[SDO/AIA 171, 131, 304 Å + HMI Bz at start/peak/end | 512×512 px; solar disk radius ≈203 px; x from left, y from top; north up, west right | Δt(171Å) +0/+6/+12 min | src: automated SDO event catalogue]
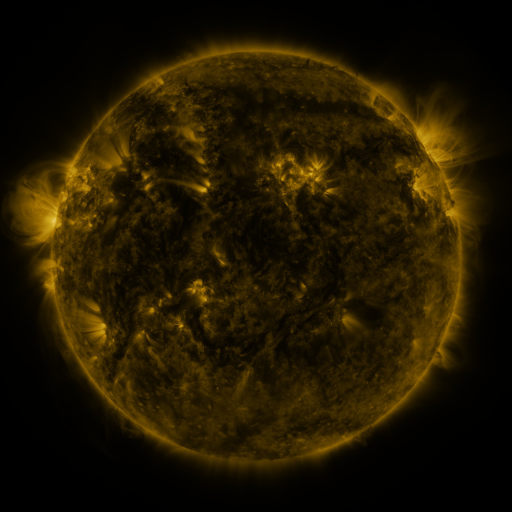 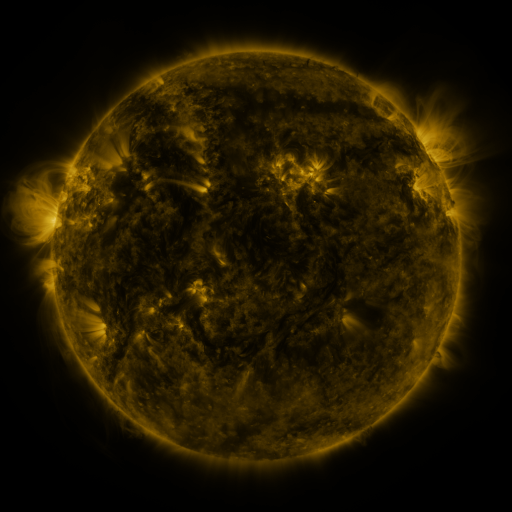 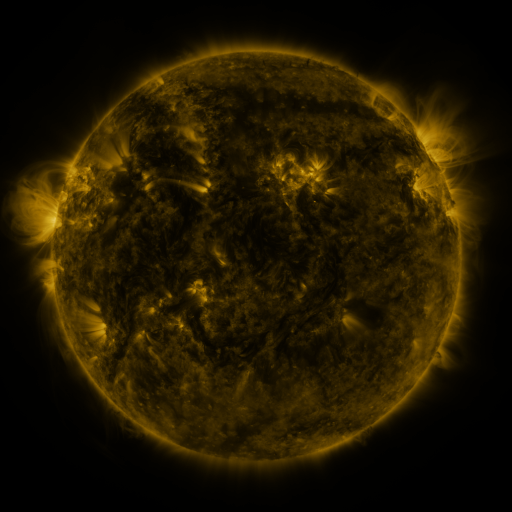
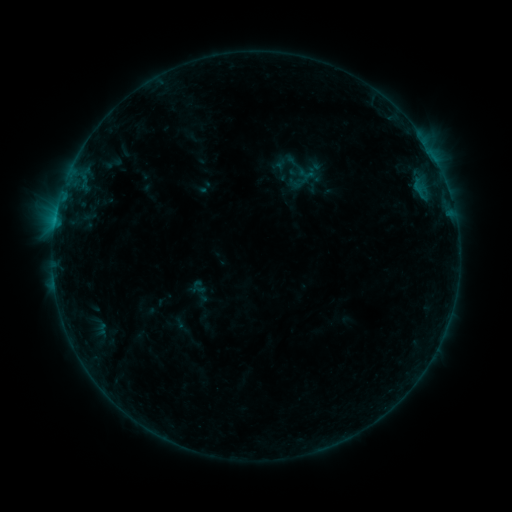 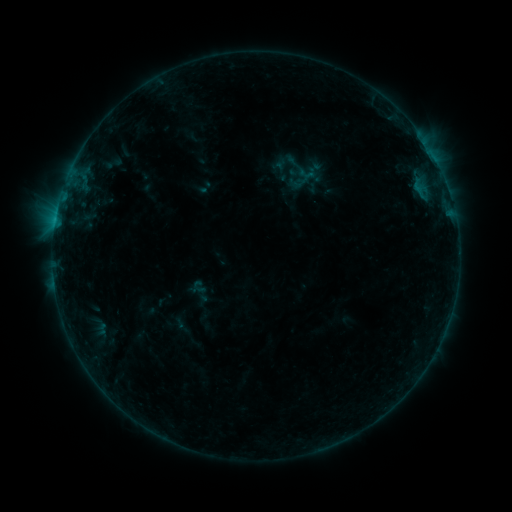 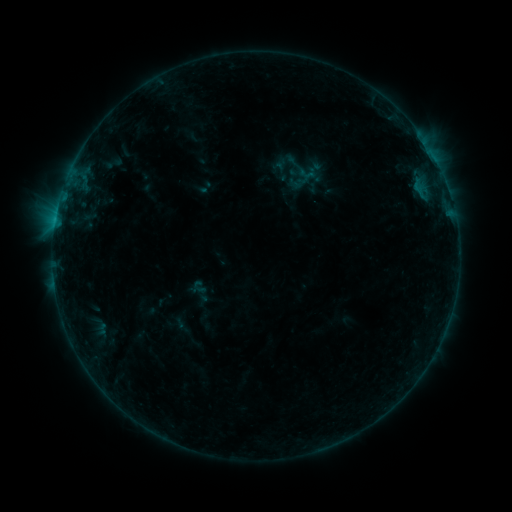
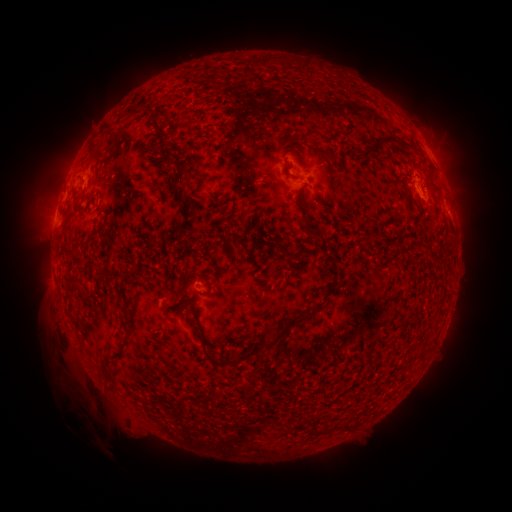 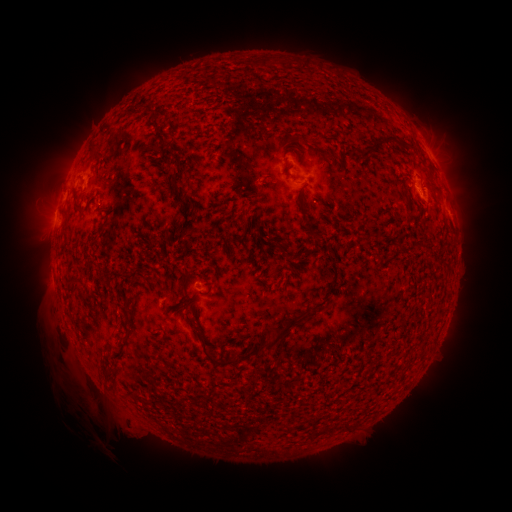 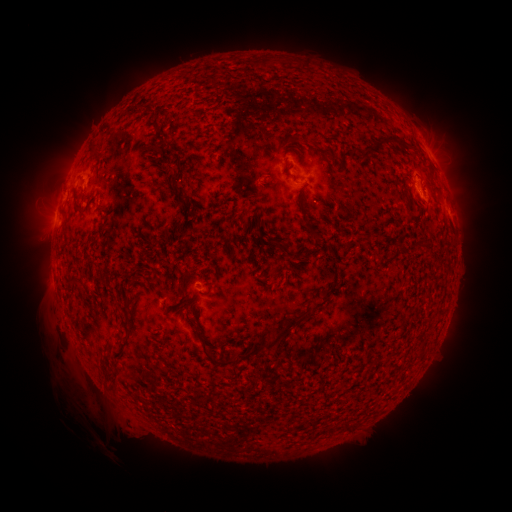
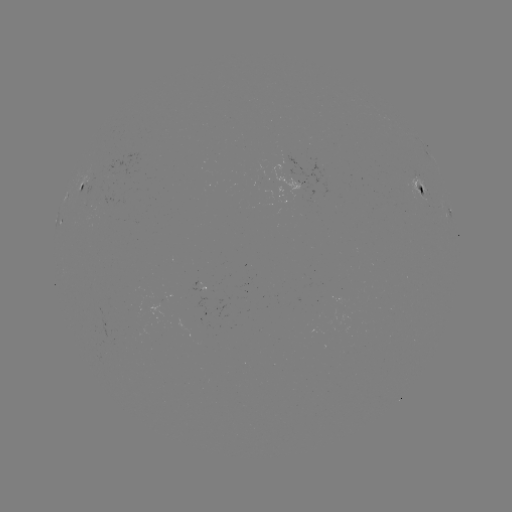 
no catalogued flare and no flagged EUV brightening in this window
